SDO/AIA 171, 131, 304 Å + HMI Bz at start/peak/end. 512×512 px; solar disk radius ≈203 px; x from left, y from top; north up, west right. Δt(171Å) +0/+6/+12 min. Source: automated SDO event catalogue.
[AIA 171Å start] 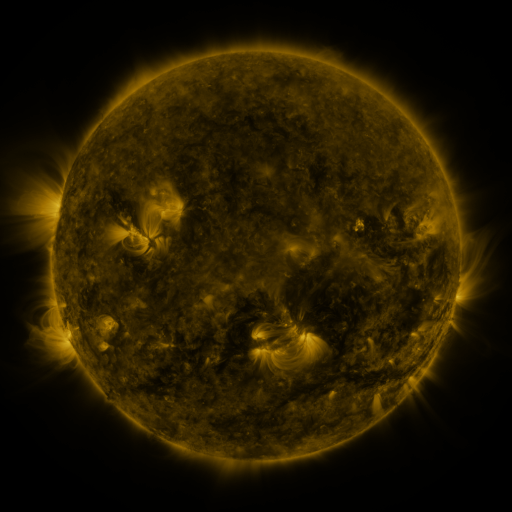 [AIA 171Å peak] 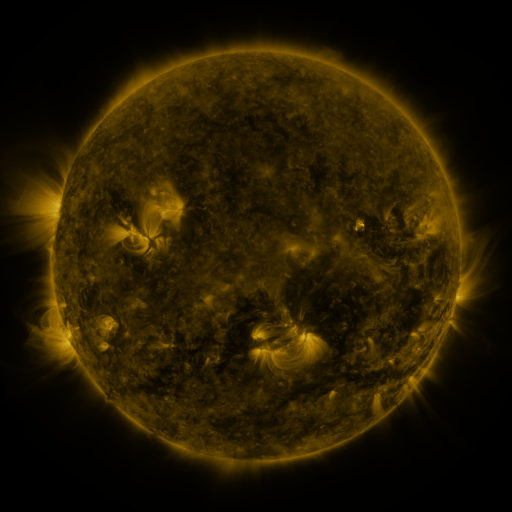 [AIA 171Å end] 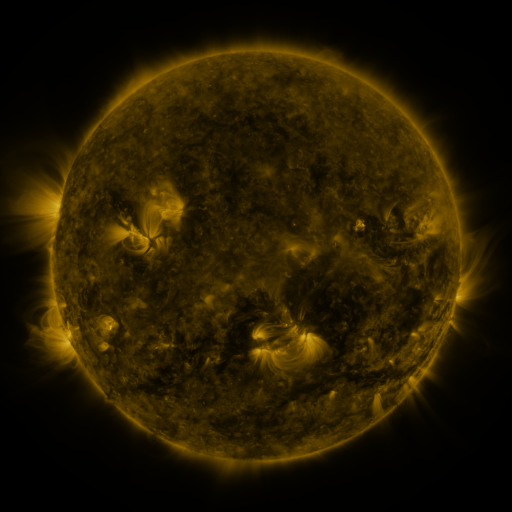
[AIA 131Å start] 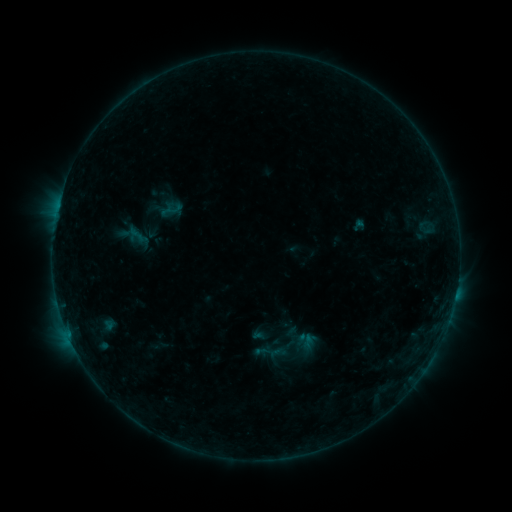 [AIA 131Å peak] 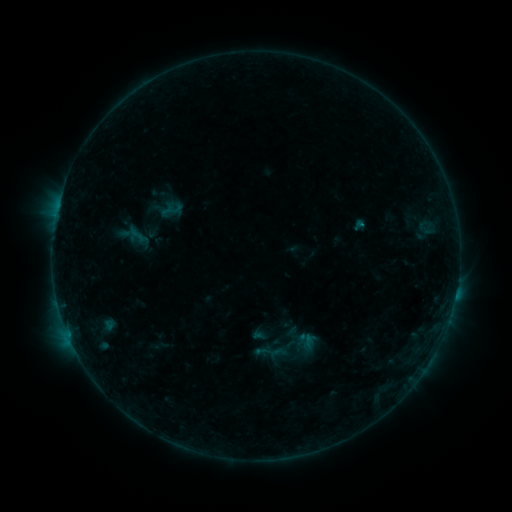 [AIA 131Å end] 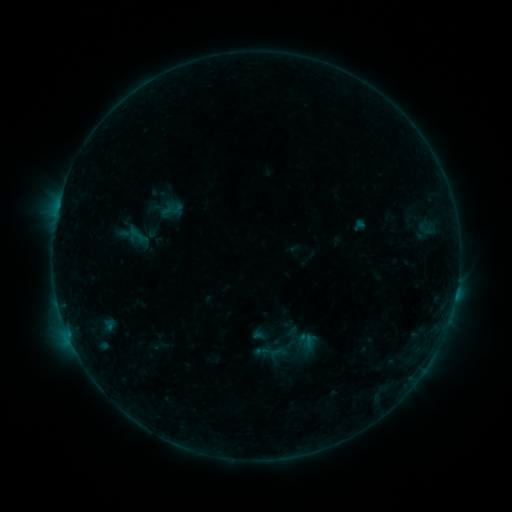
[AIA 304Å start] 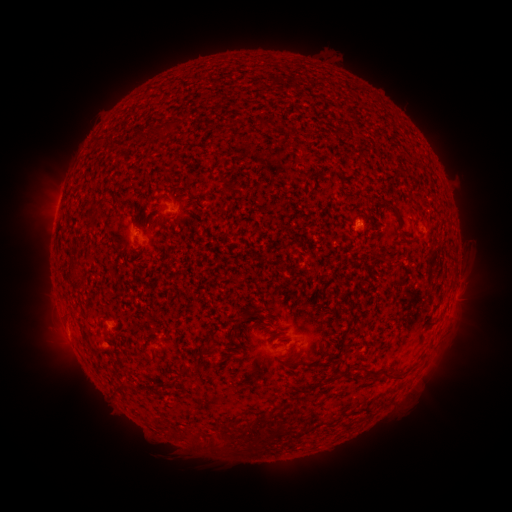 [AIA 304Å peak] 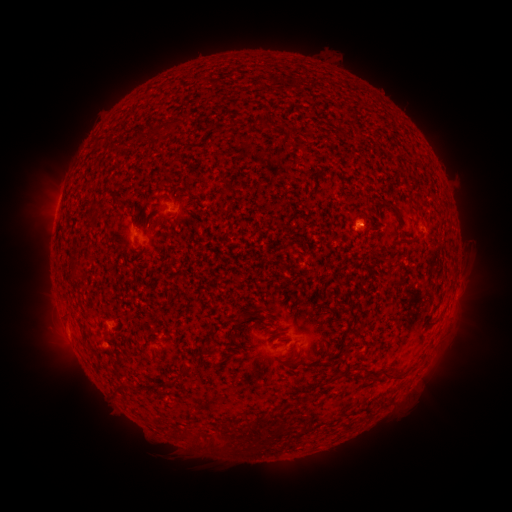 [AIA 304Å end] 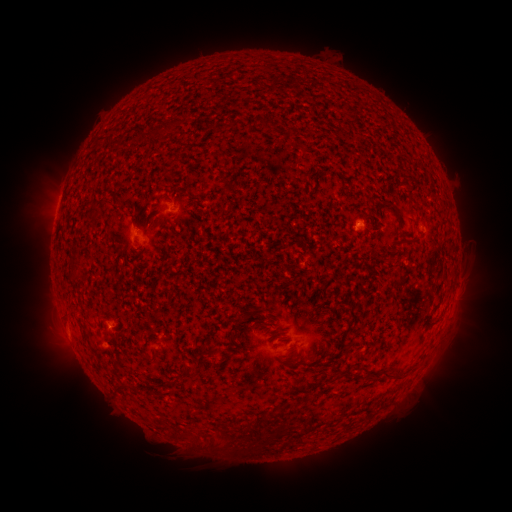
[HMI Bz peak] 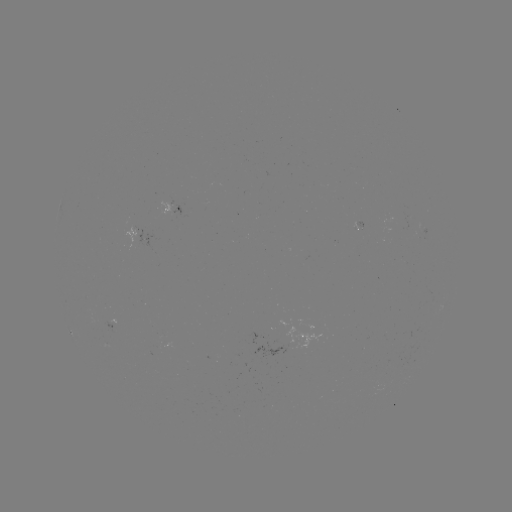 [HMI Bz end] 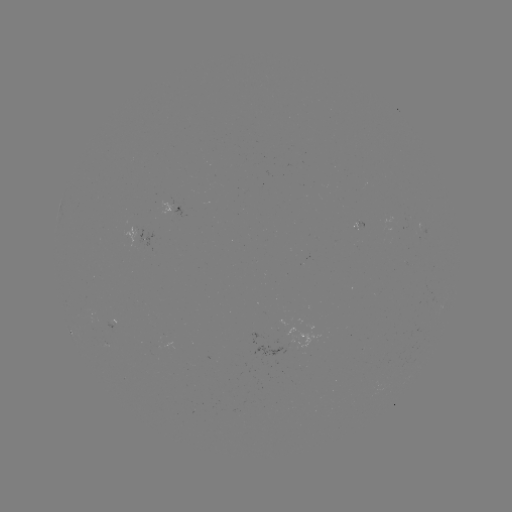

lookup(B2.6 flare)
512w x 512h (361, 225)